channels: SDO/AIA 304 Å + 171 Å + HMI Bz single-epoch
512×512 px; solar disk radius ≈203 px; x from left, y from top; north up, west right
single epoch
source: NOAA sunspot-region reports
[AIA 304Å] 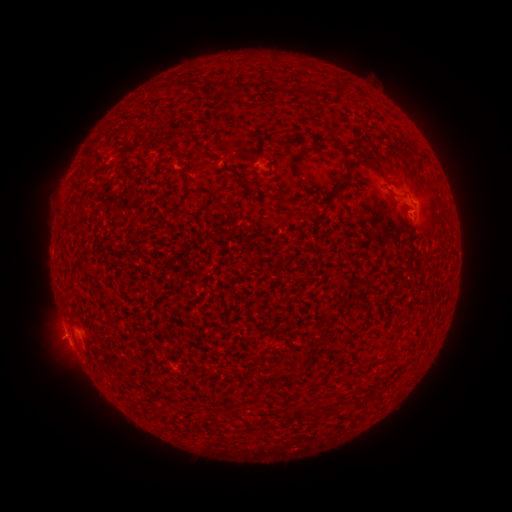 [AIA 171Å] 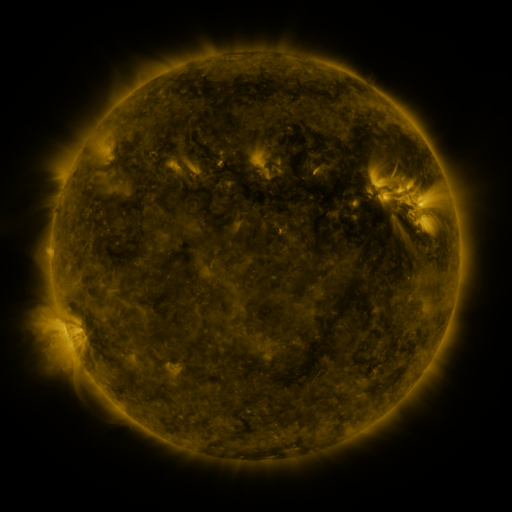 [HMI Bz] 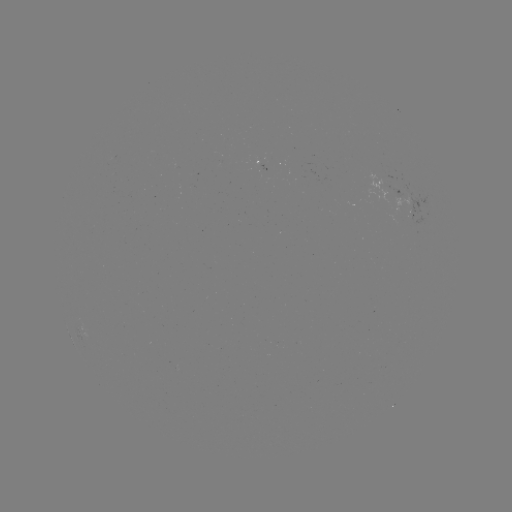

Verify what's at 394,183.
spotted active region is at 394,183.